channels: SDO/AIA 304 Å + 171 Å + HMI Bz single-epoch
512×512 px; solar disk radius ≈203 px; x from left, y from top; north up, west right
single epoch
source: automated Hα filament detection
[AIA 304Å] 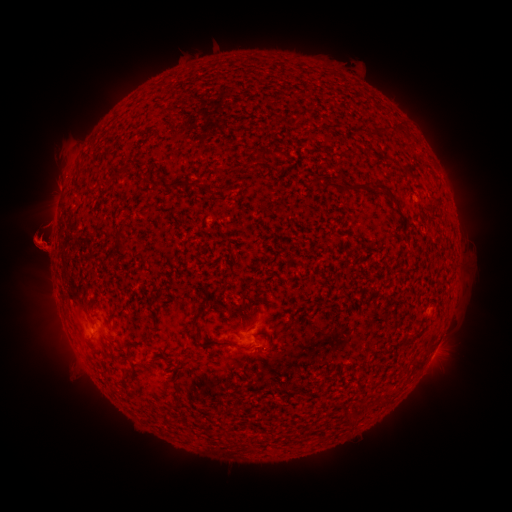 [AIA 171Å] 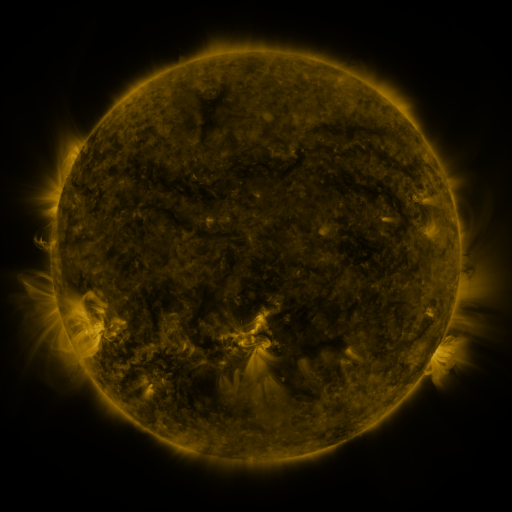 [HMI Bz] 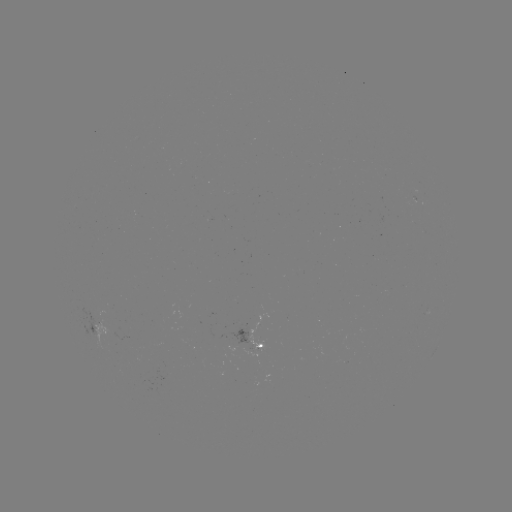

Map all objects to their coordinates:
filament: (375, 123, 387, 132)
filament: (392, 124, 403, 132)
filament: (269, 148, 283, 156)
filament: (342, 182, 381, 192)
filament: (387, 190, 398, 202)
filament: (138, 208, 147, 218)
filament: (114, 233, 126, 254)
filament: (200, 296, 212, 313)
filament: (241, 302, 252, 315)
filament: (207, 339, 255, 351)
filament: (411, 355, 424, 367)
filament: (123, 367, 134, 378)
filament: (117, 379, 127, 387)
filament: (220, 406, 234, 416)
